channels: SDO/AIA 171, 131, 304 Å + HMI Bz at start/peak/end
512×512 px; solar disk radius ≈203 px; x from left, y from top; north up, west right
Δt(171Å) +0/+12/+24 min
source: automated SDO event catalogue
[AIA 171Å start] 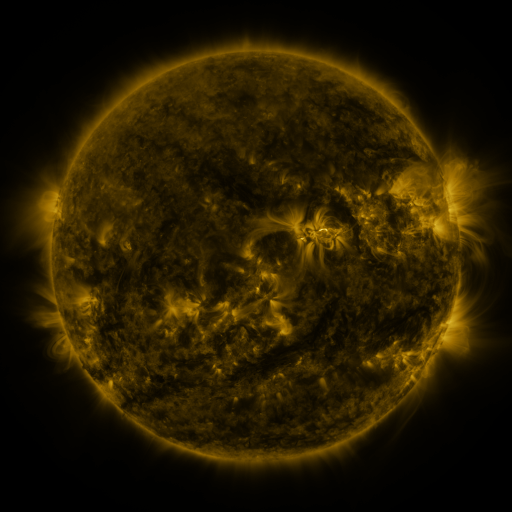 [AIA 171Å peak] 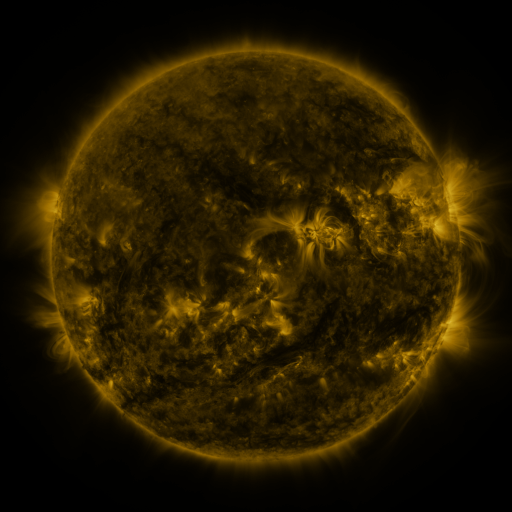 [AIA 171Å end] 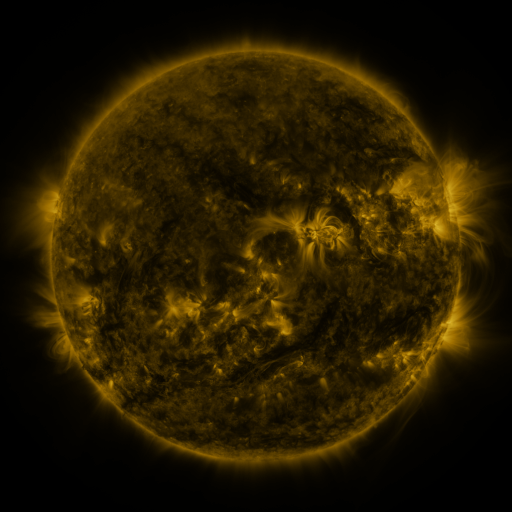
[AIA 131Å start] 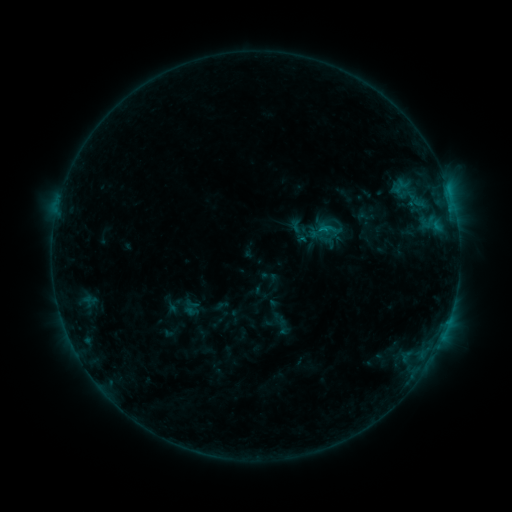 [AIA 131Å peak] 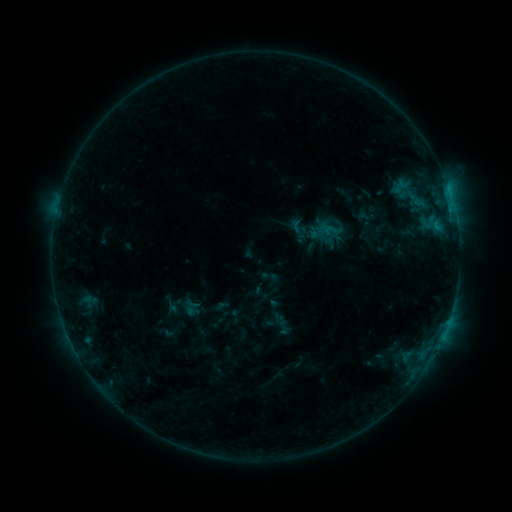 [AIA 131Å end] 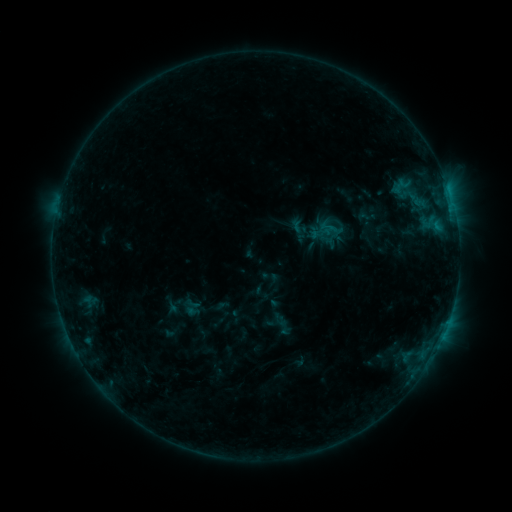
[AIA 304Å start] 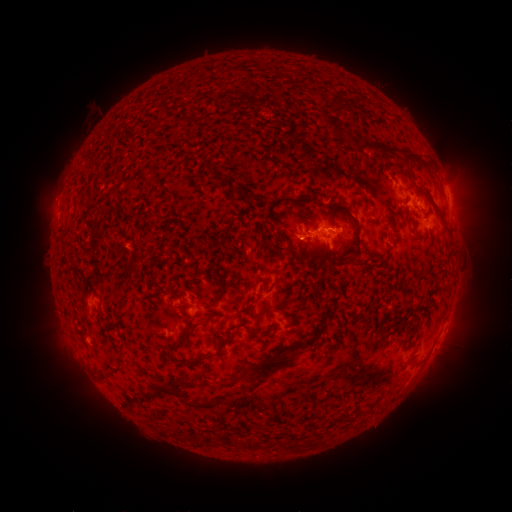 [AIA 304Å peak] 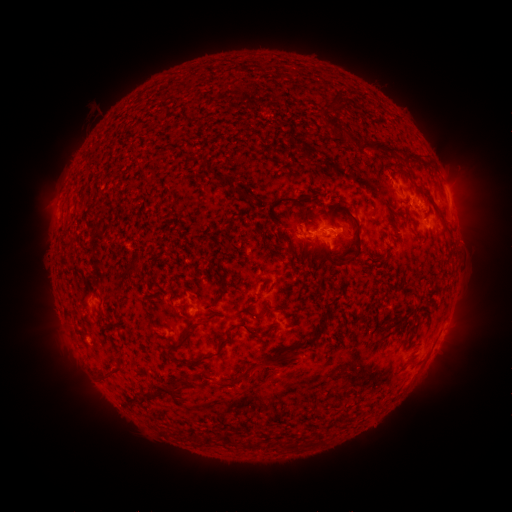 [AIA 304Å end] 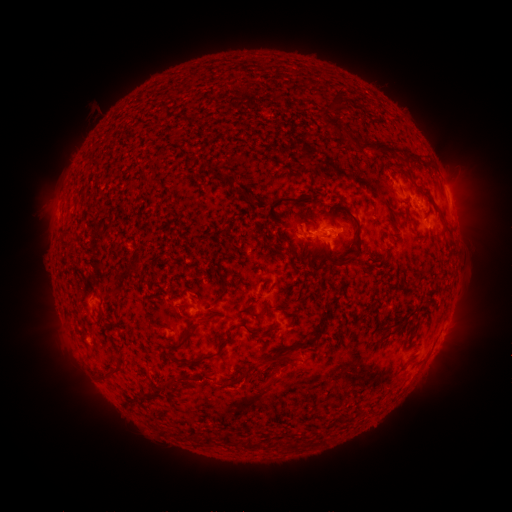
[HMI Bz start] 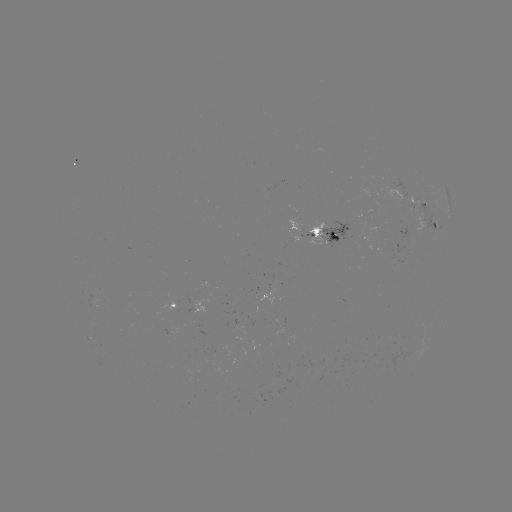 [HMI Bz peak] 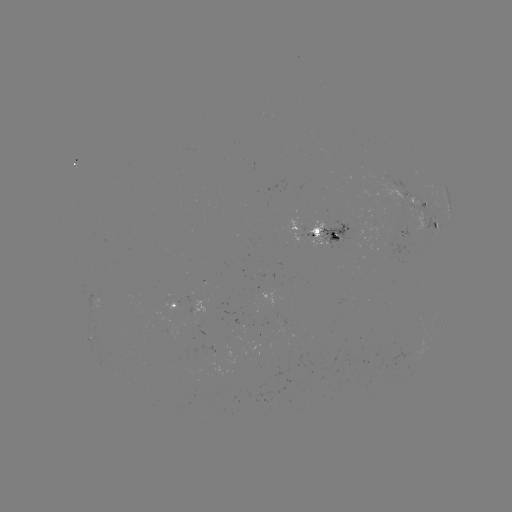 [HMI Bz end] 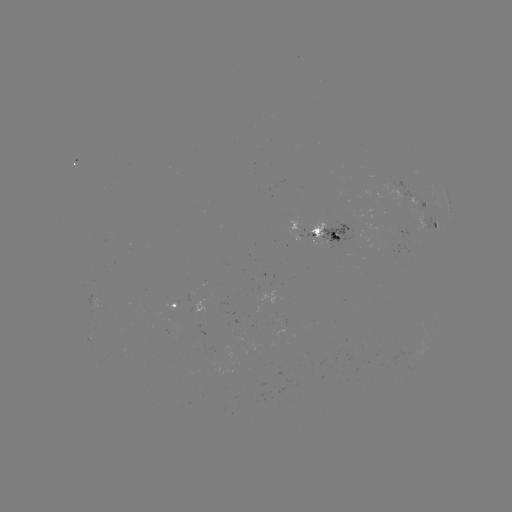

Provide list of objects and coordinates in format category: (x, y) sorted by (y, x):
eruption: (270, 373)
